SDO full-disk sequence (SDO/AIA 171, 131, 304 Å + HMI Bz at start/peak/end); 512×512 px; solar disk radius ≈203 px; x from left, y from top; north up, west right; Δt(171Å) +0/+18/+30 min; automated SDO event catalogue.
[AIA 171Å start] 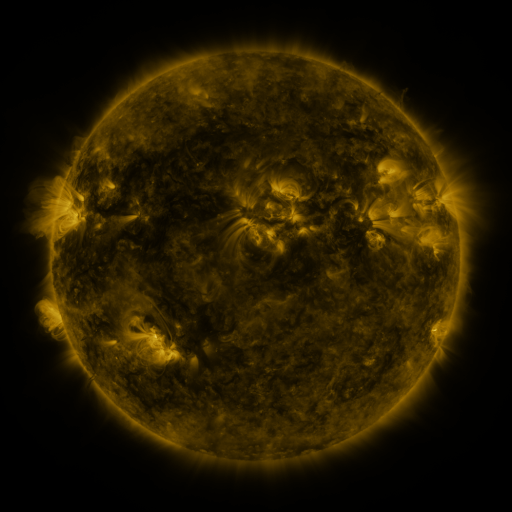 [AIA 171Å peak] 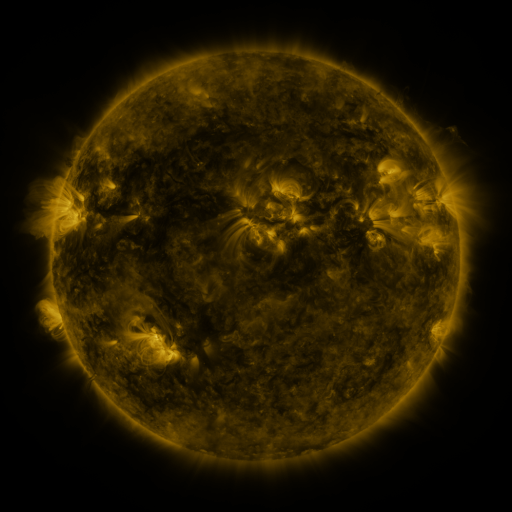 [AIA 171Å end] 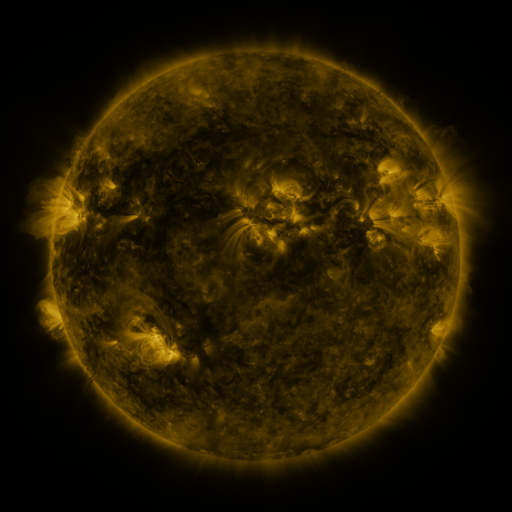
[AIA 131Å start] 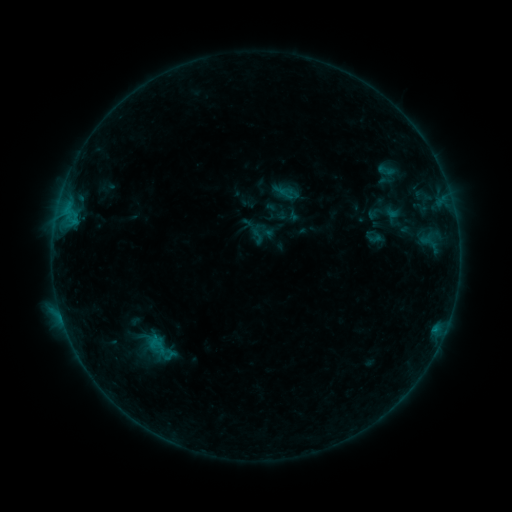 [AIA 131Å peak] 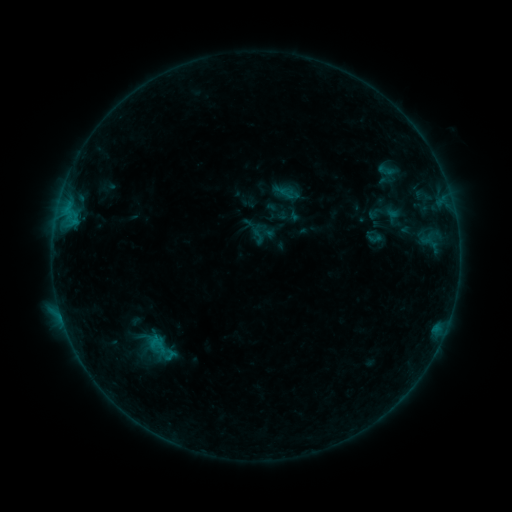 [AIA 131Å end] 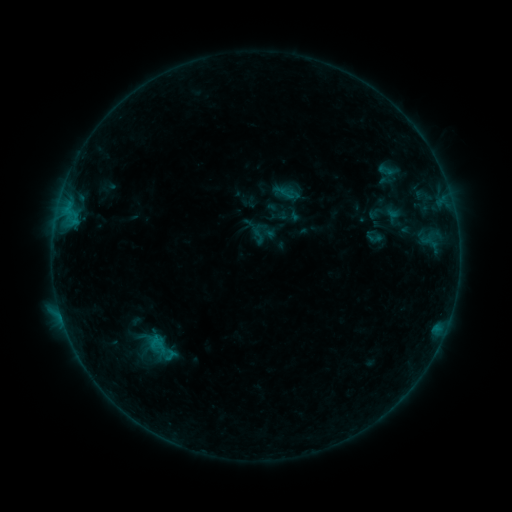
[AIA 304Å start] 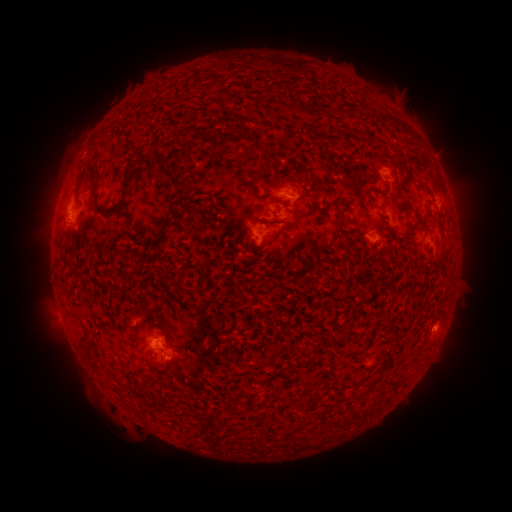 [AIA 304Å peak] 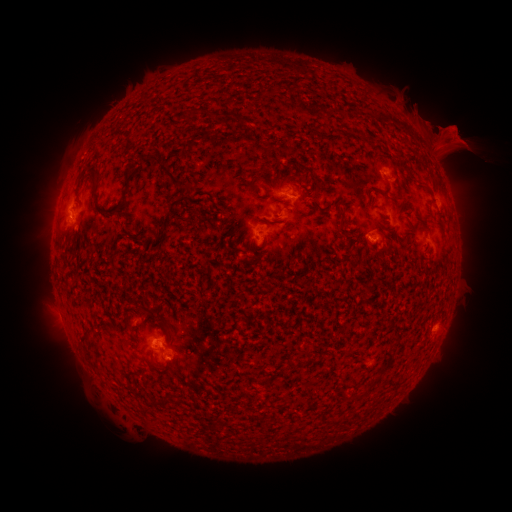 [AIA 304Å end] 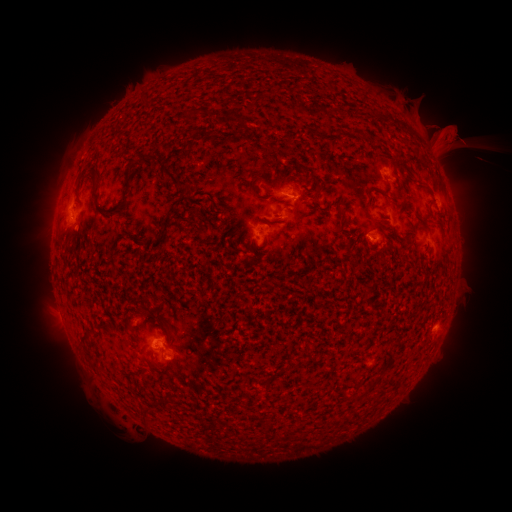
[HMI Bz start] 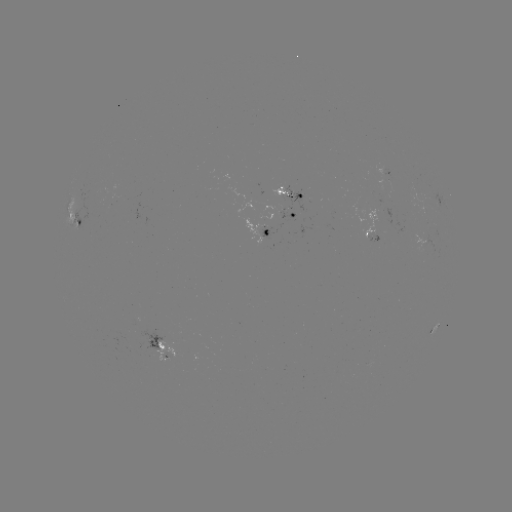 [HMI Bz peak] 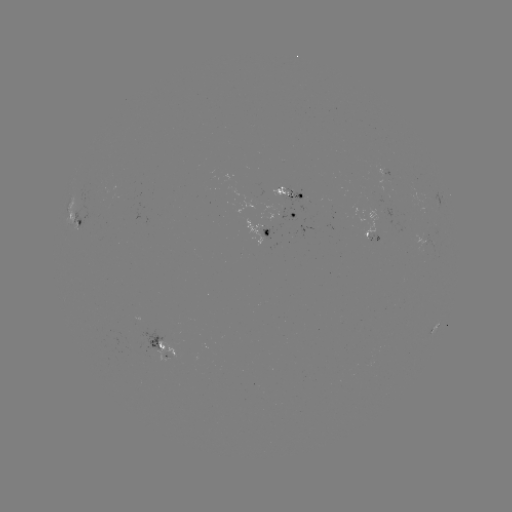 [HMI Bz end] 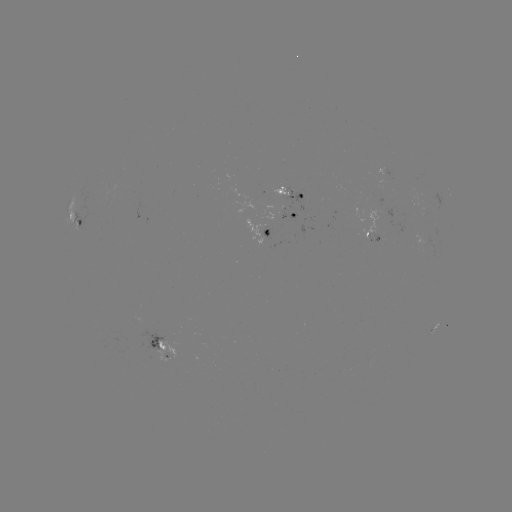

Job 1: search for eruption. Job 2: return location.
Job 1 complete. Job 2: [443, 135].